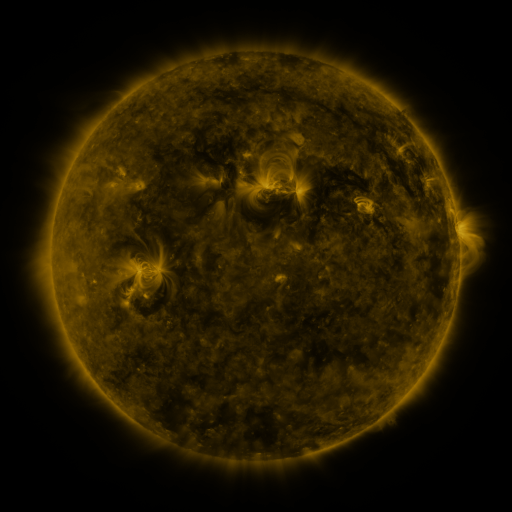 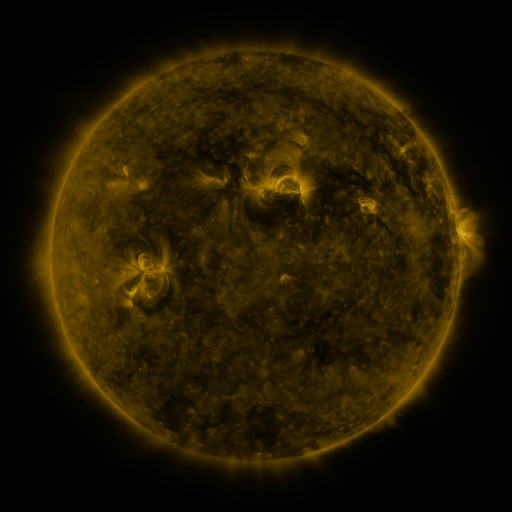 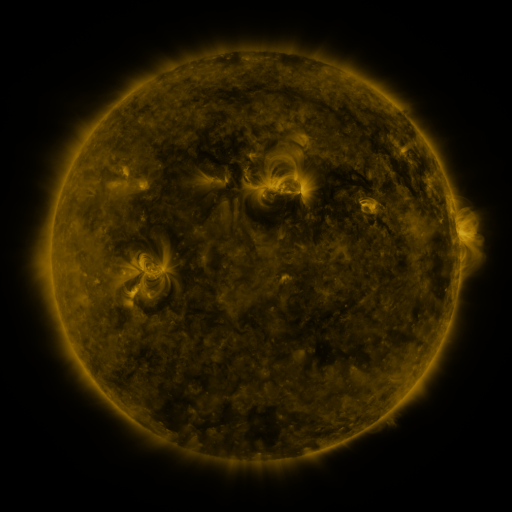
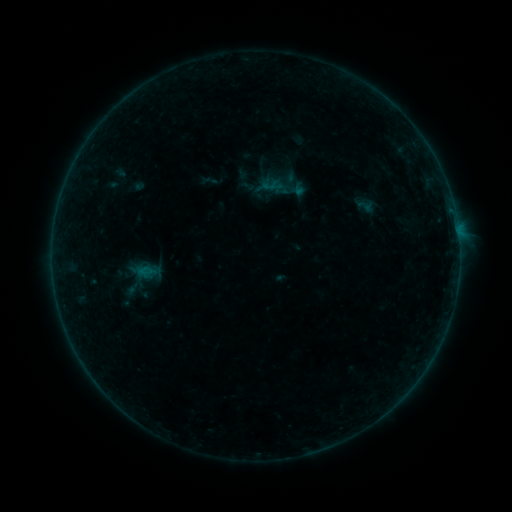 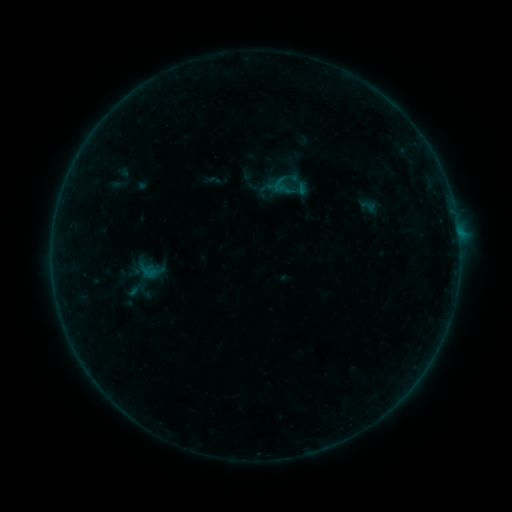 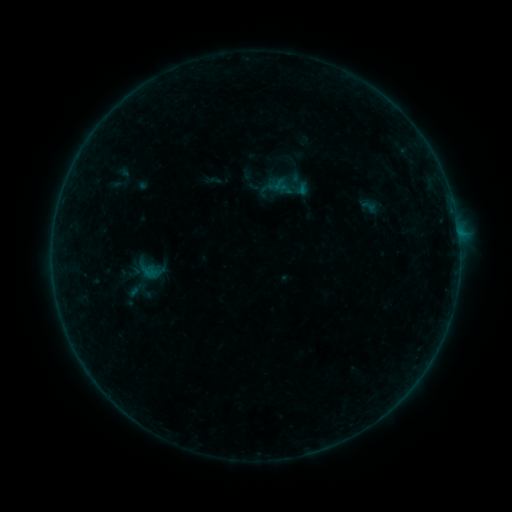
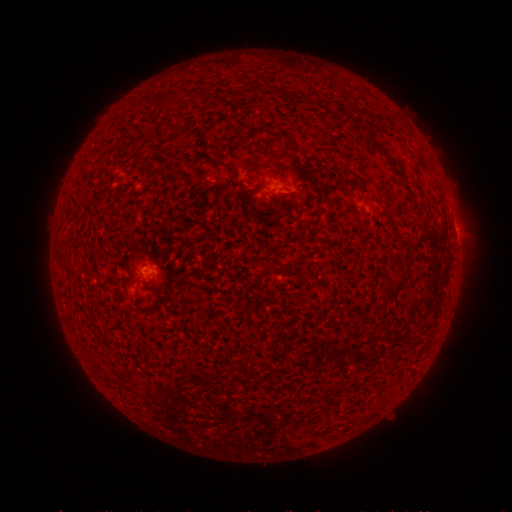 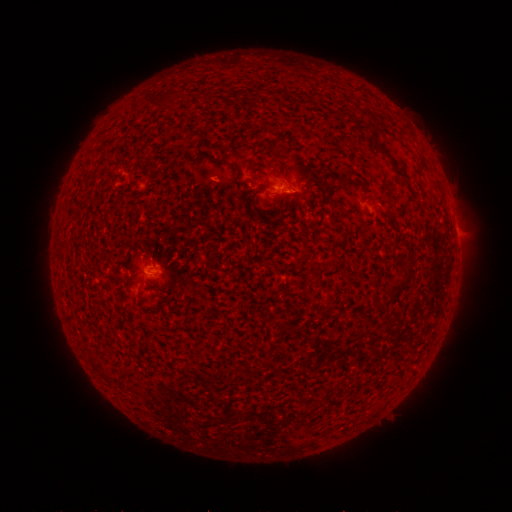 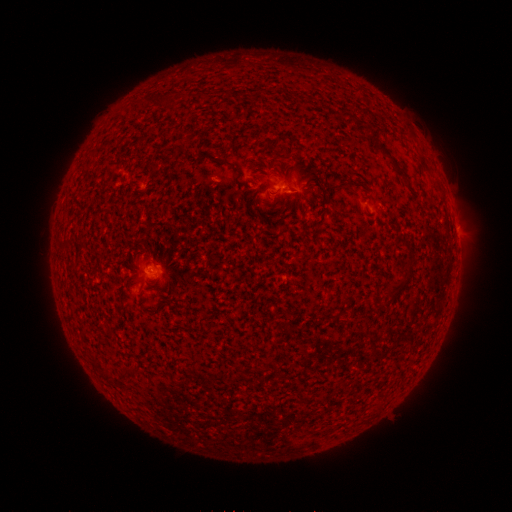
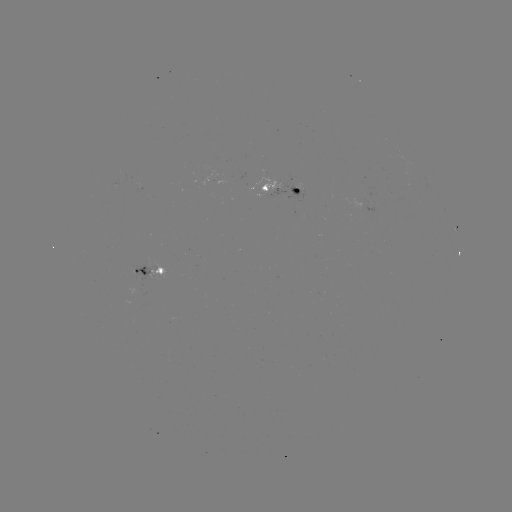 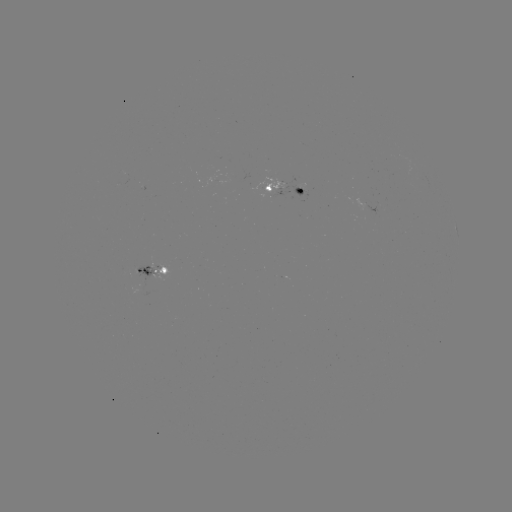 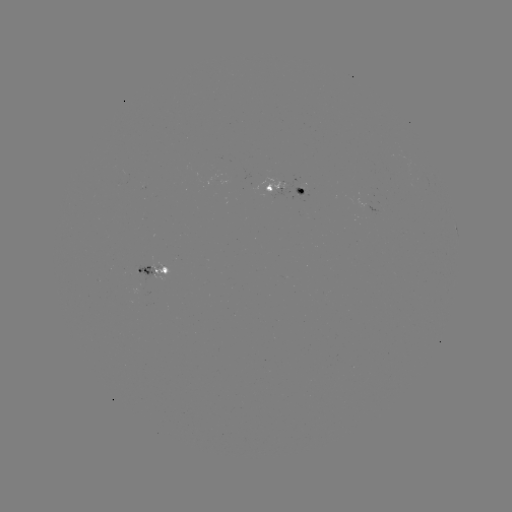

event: emerging-flux region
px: (140, 271)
